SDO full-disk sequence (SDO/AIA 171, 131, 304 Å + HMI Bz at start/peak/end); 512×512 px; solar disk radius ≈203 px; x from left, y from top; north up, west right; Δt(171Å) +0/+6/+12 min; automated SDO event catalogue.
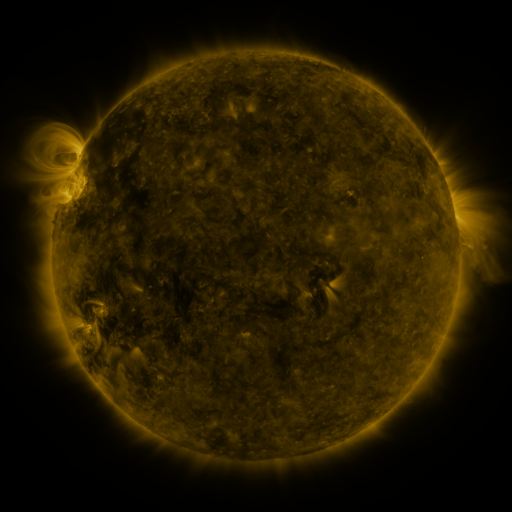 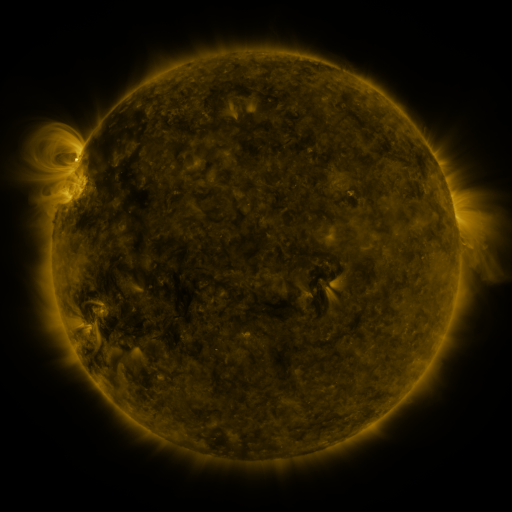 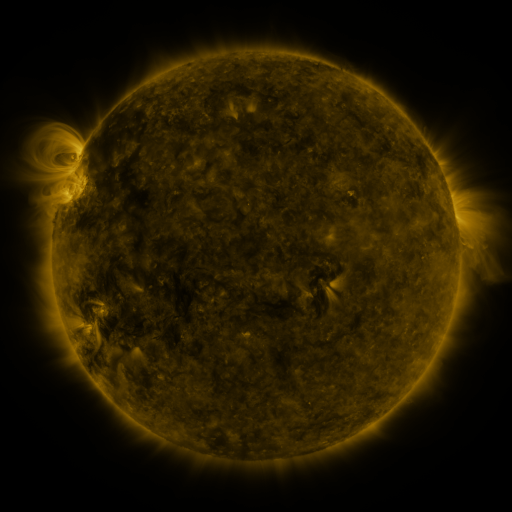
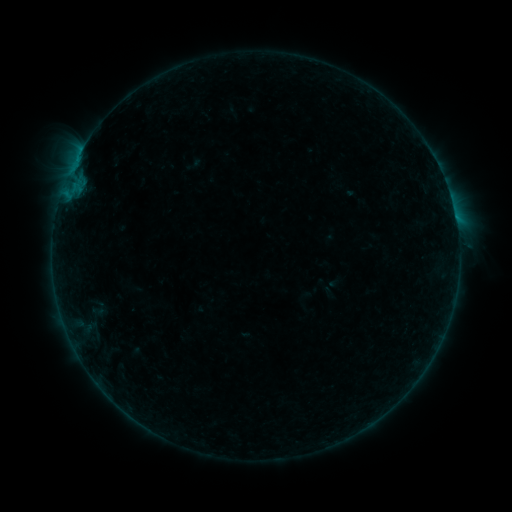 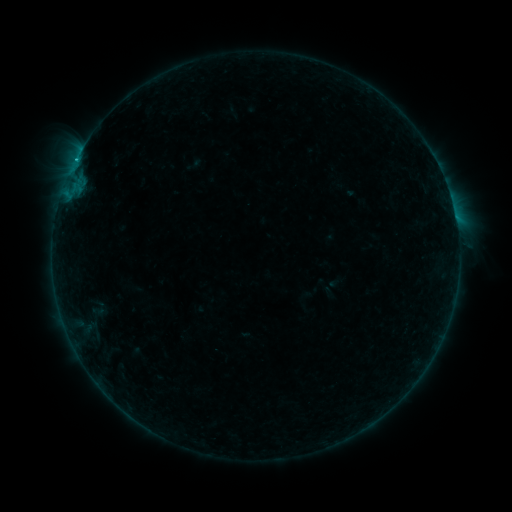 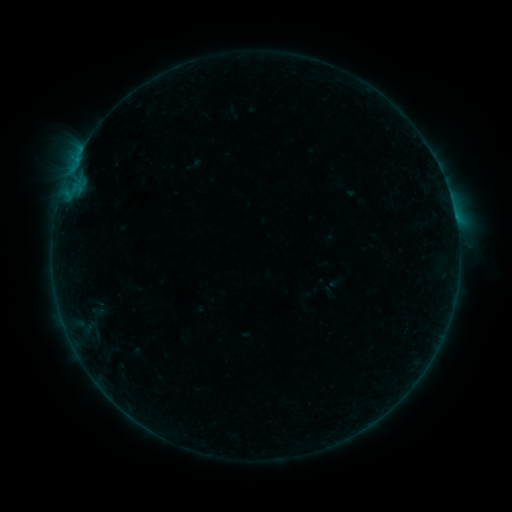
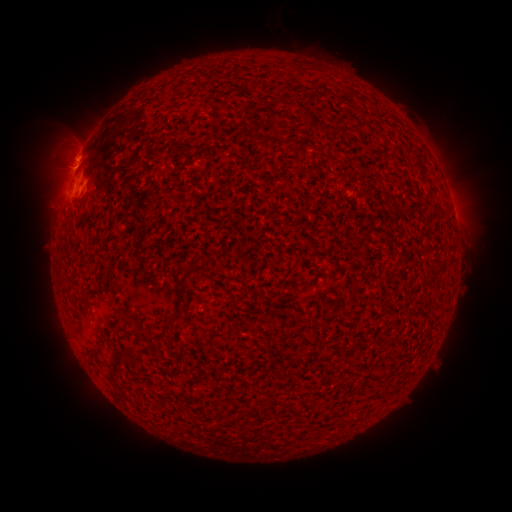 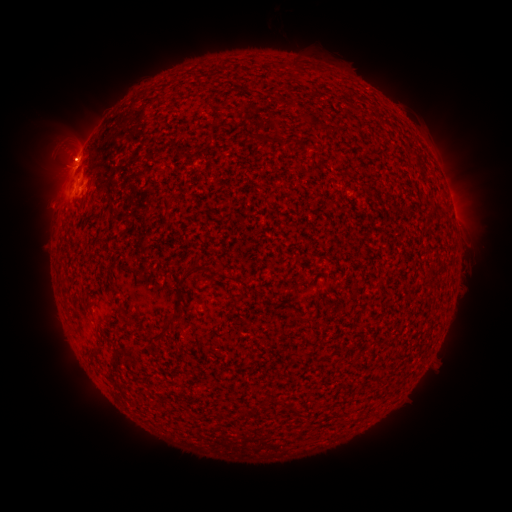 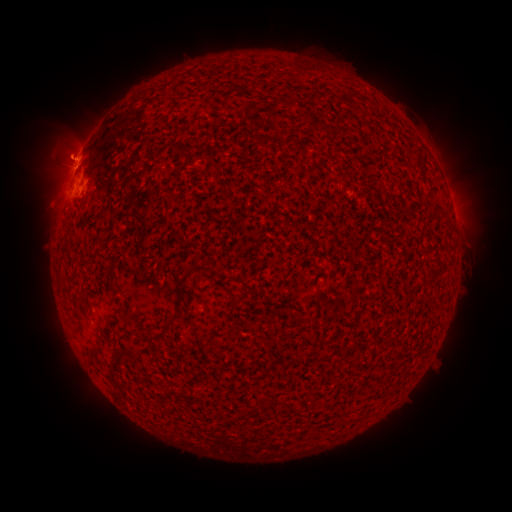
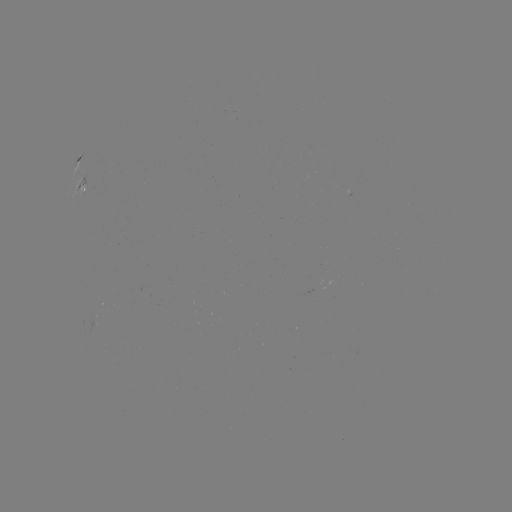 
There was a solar flare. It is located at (77, 162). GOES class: B4.5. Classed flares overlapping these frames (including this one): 1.